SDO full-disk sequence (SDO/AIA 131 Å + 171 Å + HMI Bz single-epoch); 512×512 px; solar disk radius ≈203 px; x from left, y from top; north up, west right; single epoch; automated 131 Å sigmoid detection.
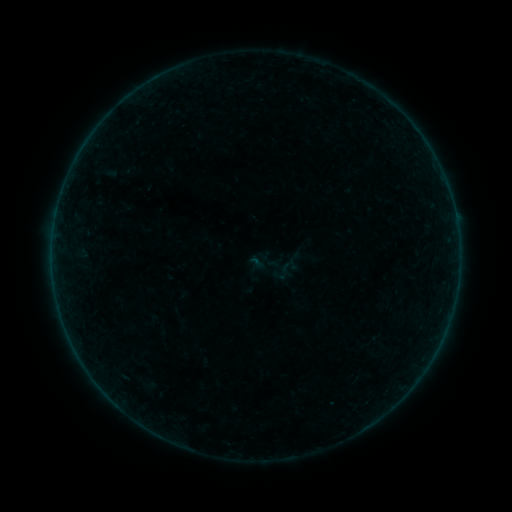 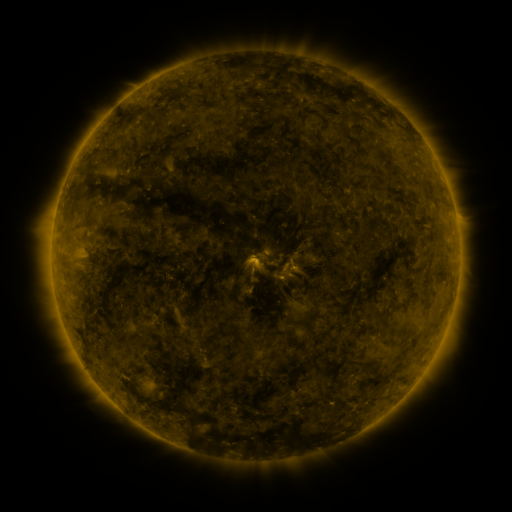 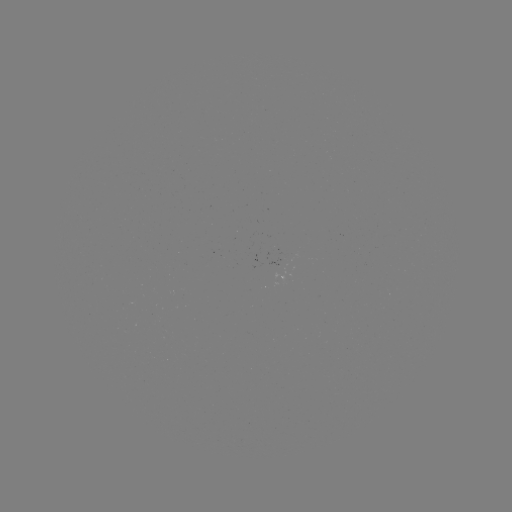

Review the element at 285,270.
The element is sigmoid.